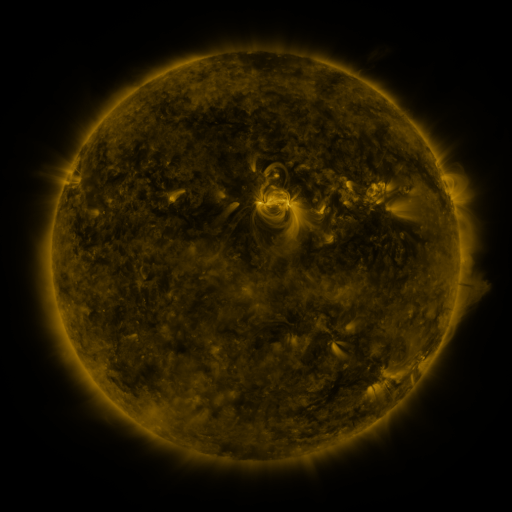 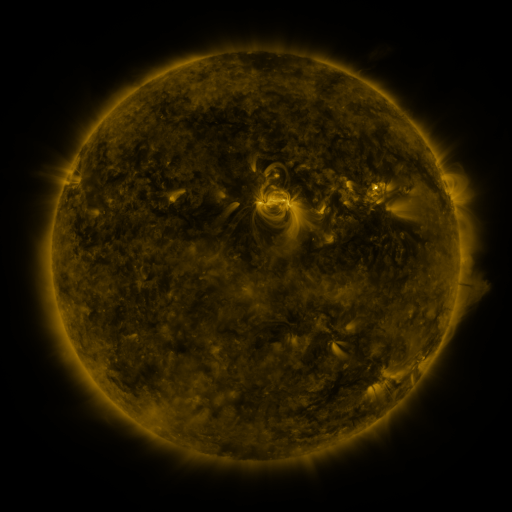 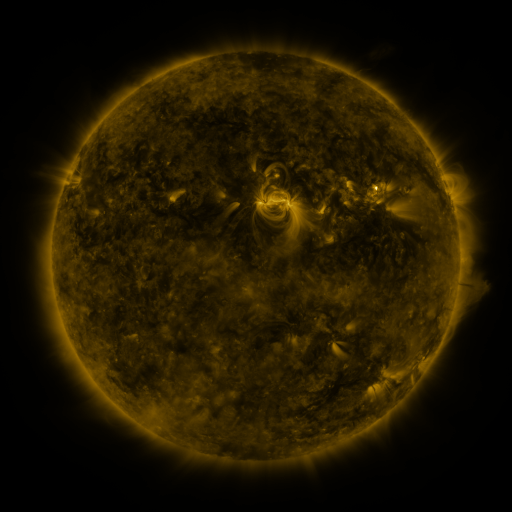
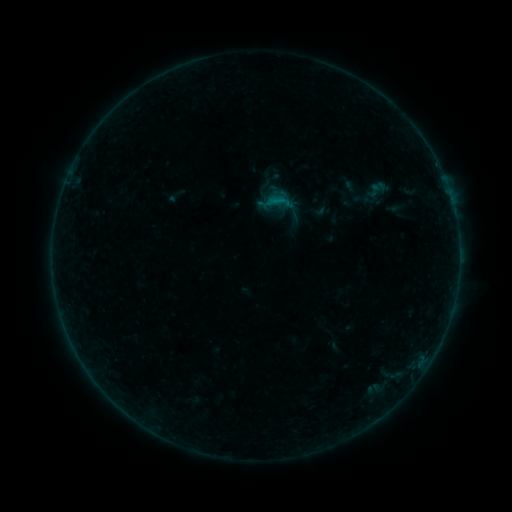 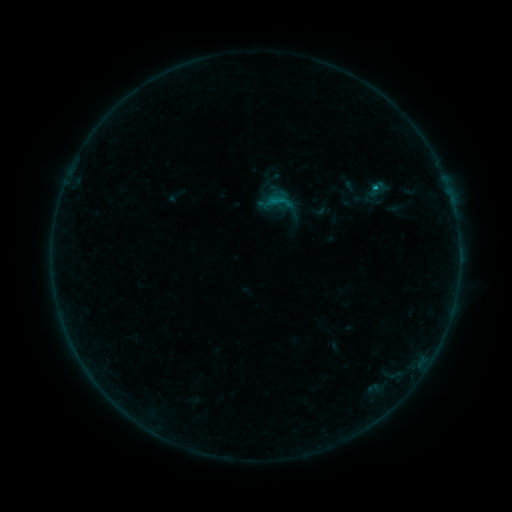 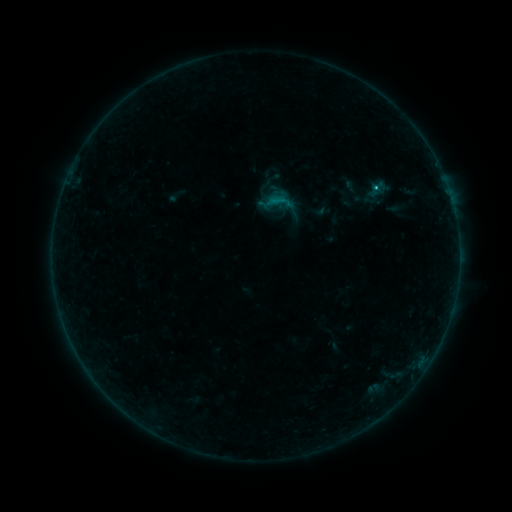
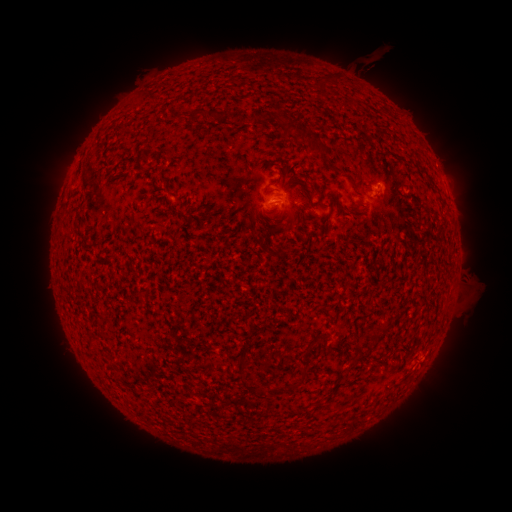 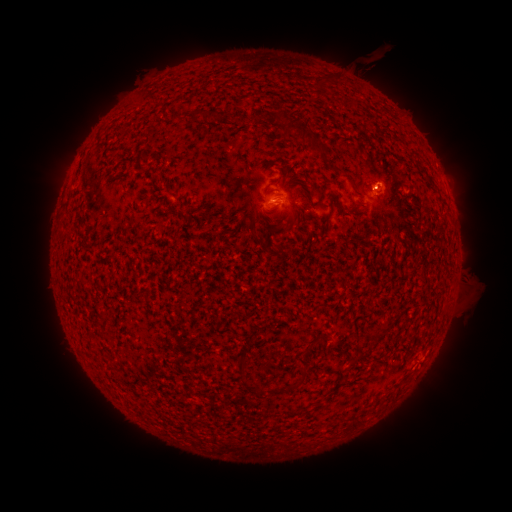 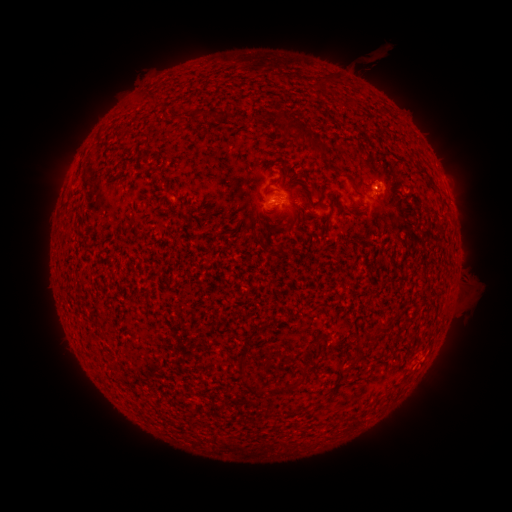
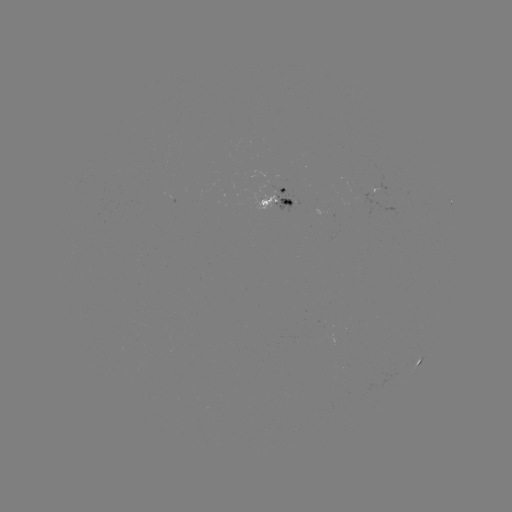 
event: flare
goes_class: C1.0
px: (374, 189)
